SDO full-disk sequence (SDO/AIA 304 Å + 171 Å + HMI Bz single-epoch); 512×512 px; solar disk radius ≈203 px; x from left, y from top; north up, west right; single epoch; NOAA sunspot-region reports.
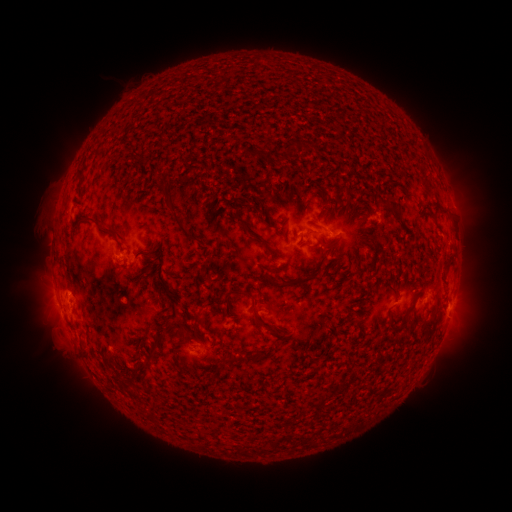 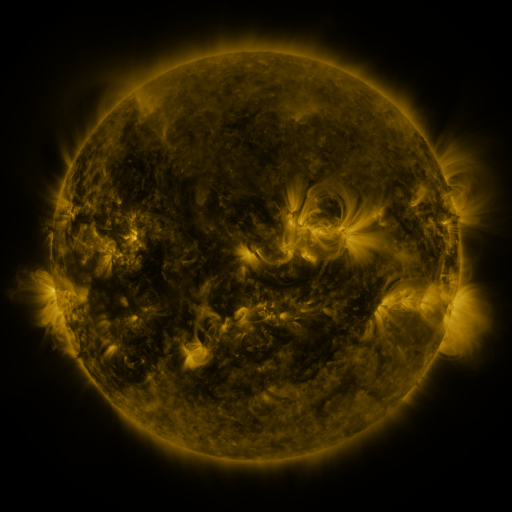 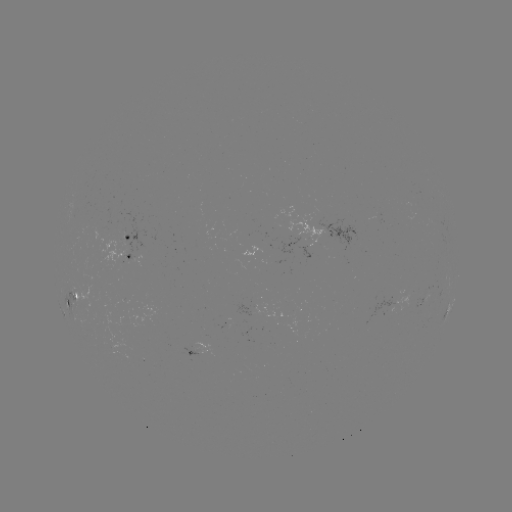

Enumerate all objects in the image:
spotted active region: (346, 239)
spotted active region: (126, 243)
spotted active region: (308, 248)
spotted active region: (120, 257)
spotted active region: (73, 298)
spotted active region: (452, 301)
spotted active region: (200, 354)
